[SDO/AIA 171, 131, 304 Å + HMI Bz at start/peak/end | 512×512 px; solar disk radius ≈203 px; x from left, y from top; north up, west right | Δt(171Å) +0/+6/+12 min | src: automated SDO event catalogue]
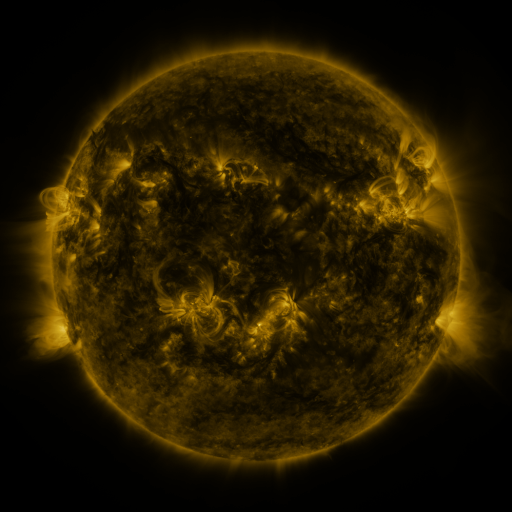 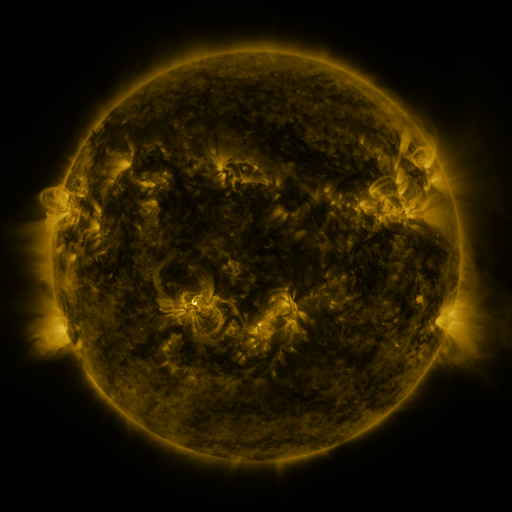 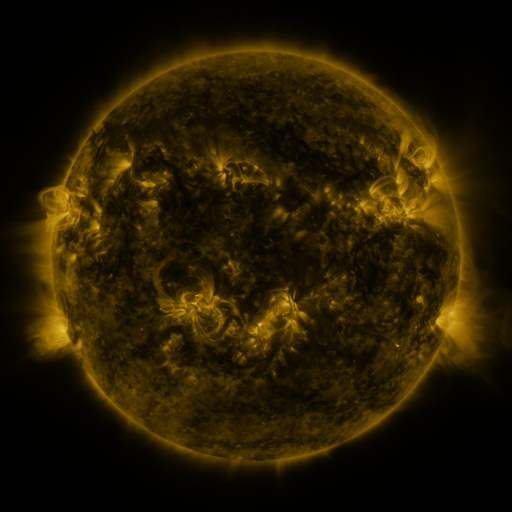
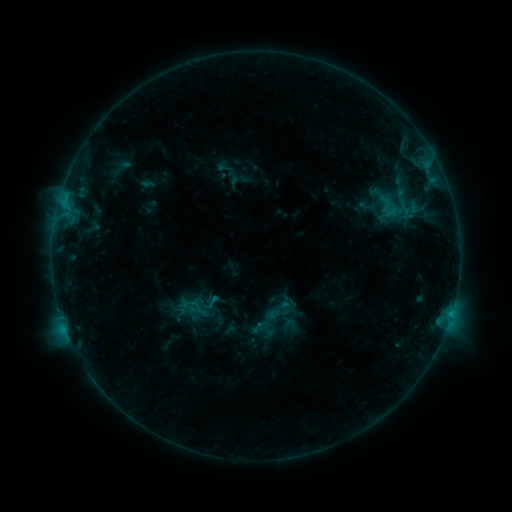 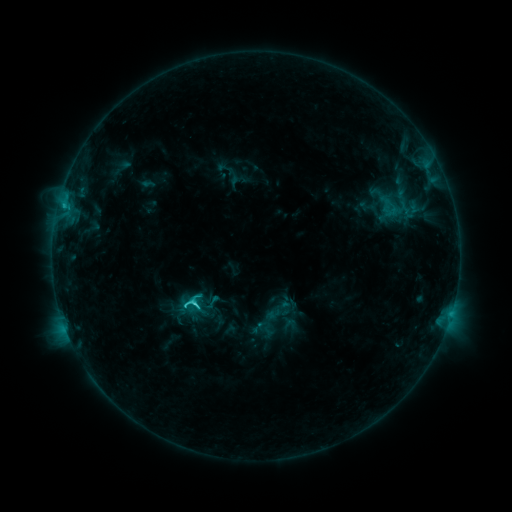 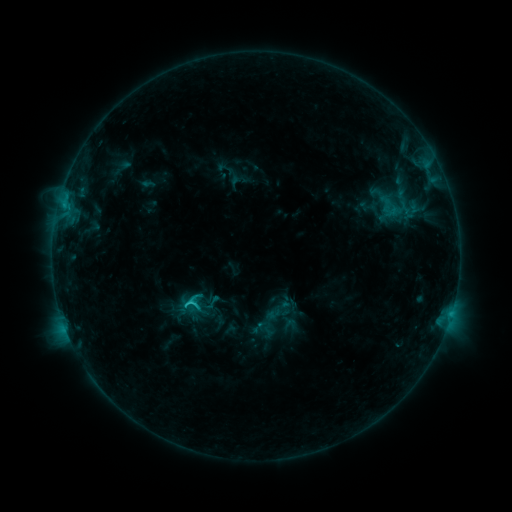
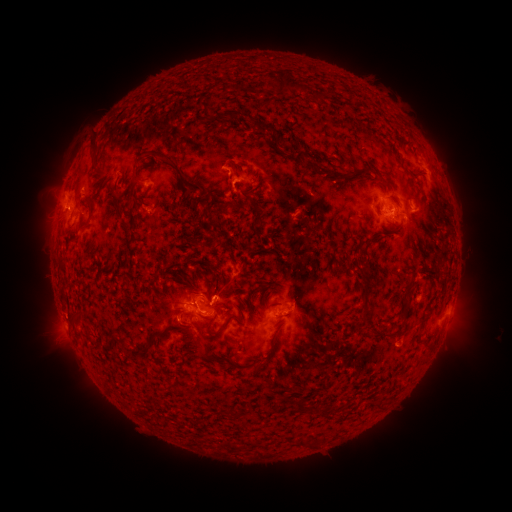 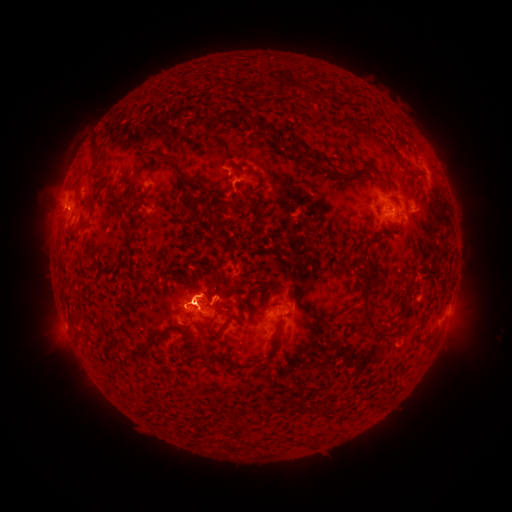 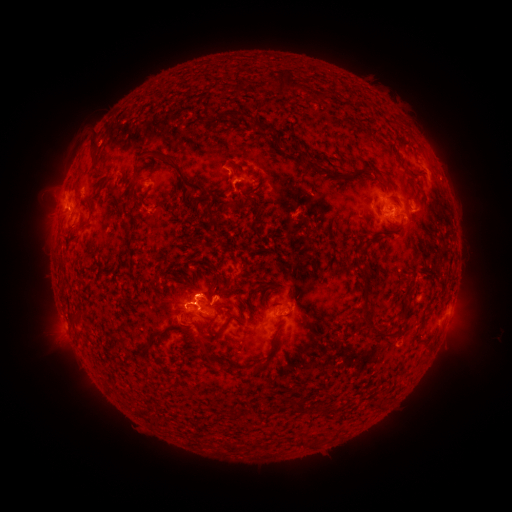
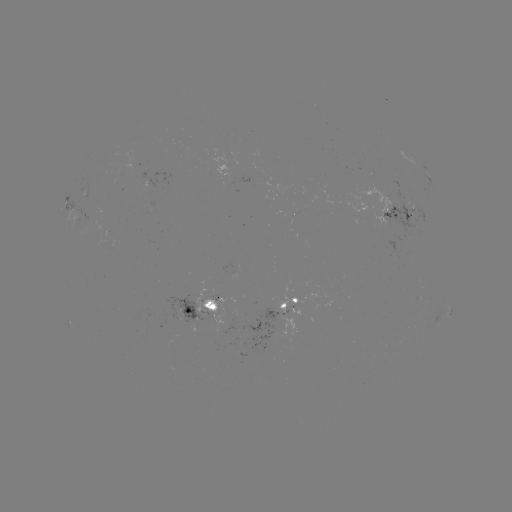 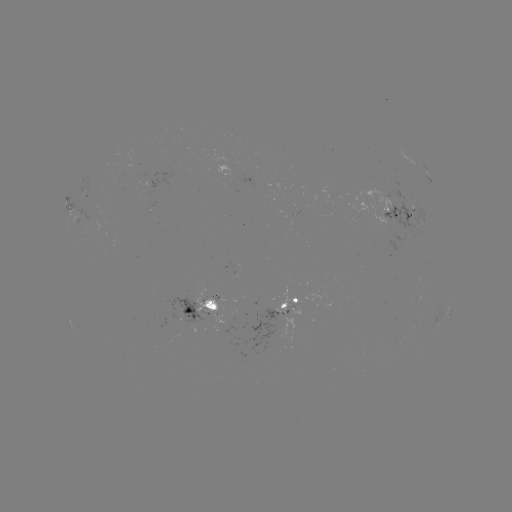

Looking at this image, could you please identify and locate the C2.4 flare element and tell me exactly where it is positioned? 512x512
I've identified C2.4 flare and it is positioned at (195, 303).